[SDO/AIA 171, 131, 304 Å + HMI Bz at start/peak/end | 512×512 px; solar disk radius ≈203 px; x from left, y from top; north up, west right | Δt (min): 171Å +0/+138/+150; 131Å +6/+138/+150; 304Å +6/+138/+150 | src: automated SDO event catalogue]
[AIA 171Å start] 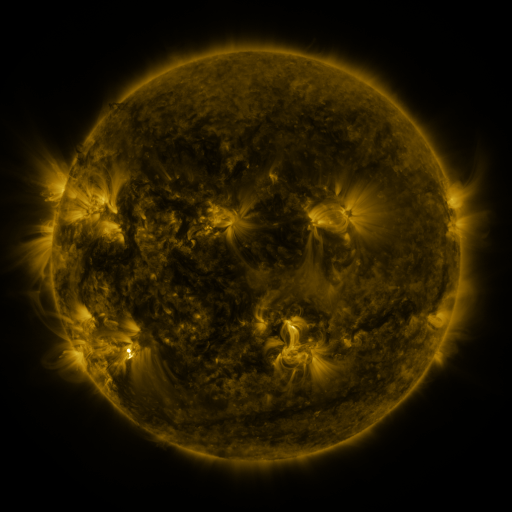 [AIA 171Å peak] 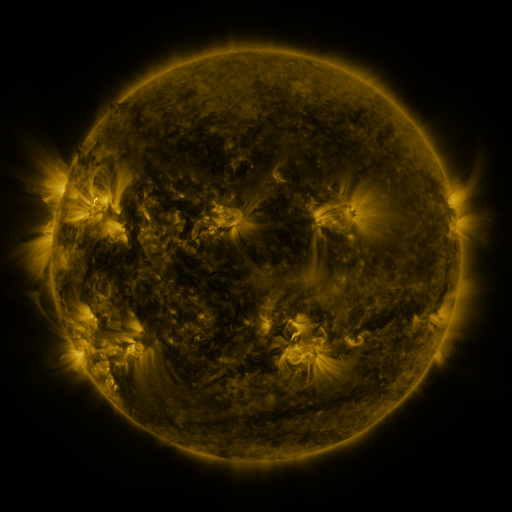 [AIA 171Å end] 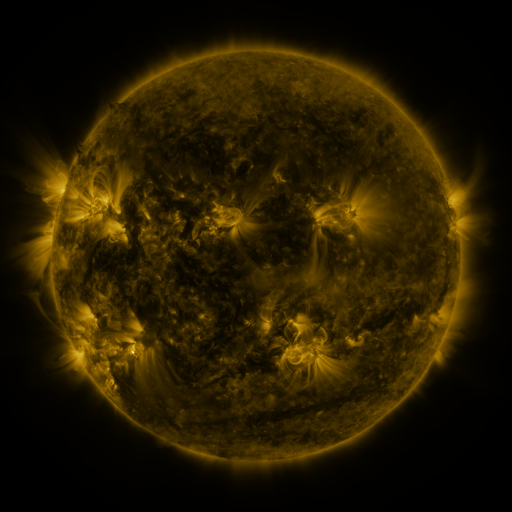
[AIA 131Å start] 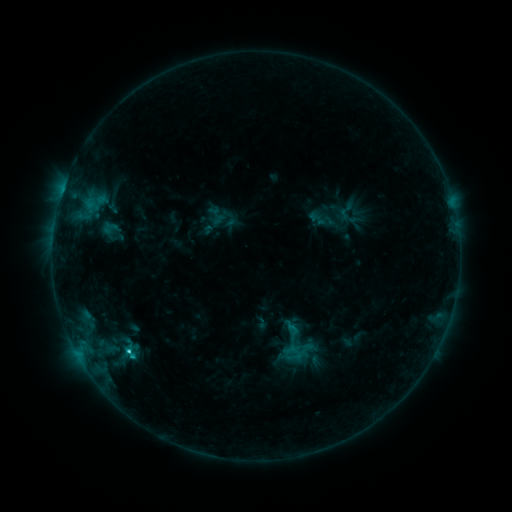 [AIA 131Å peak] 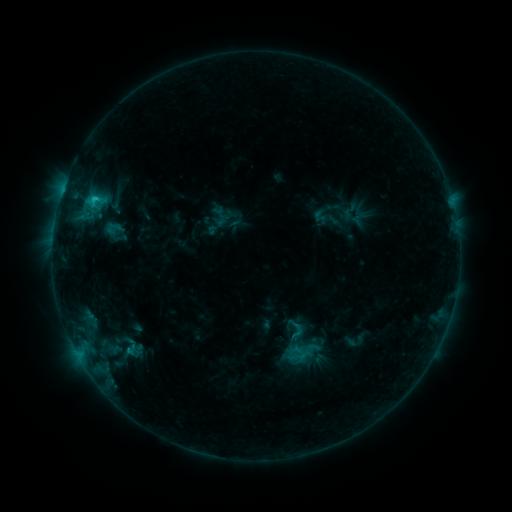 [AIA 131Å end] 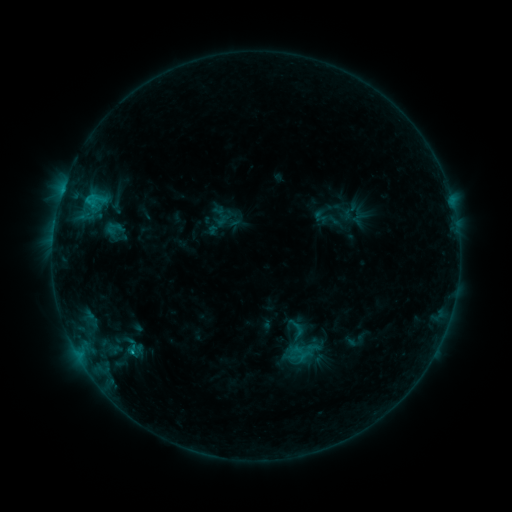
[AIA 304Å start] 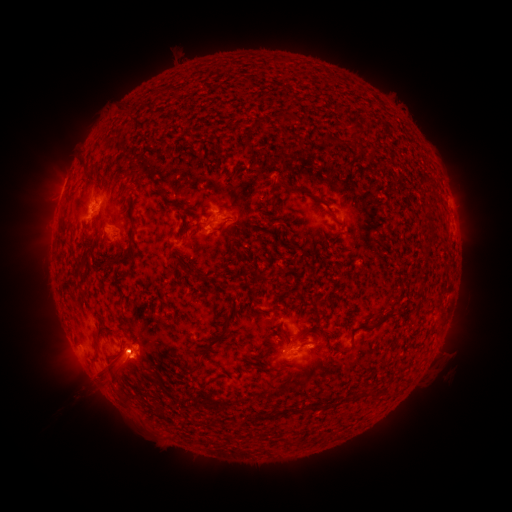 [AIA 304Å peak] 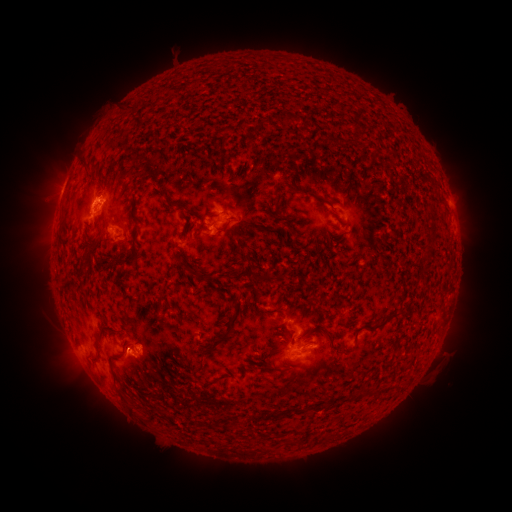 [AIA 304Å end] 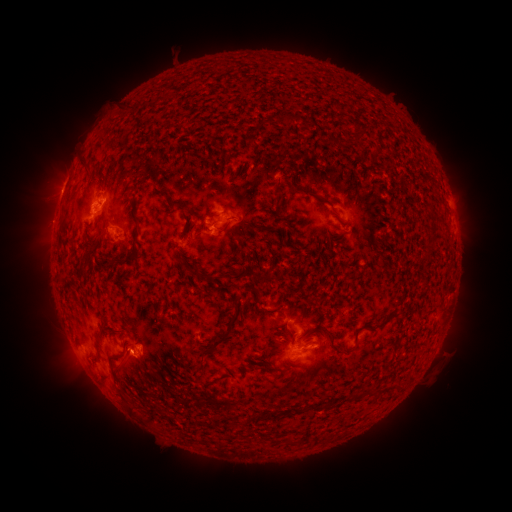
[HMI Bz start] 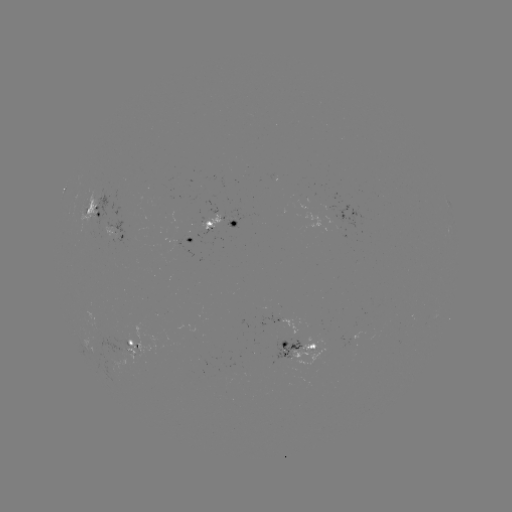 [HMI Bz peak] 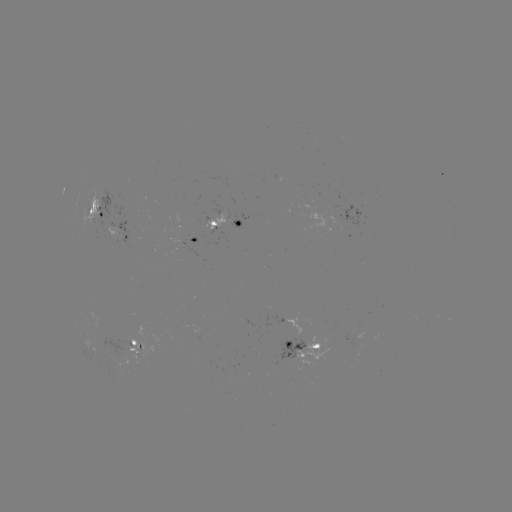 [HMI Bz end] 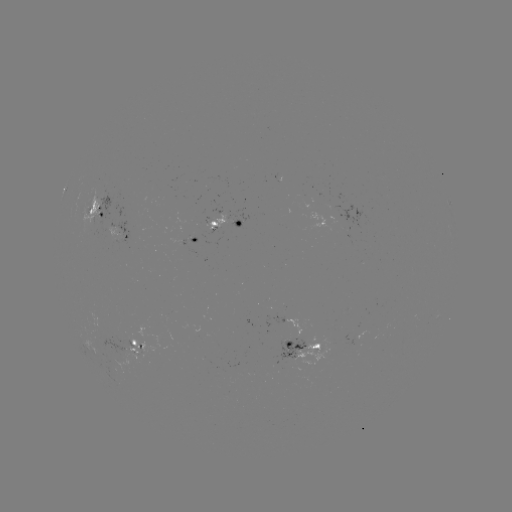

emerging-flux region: [83, 191, 98, 237]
